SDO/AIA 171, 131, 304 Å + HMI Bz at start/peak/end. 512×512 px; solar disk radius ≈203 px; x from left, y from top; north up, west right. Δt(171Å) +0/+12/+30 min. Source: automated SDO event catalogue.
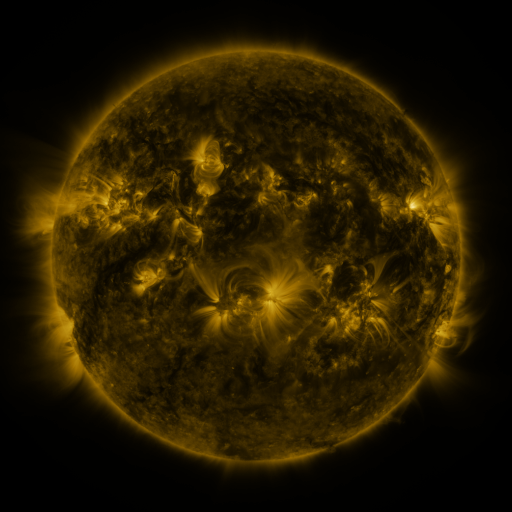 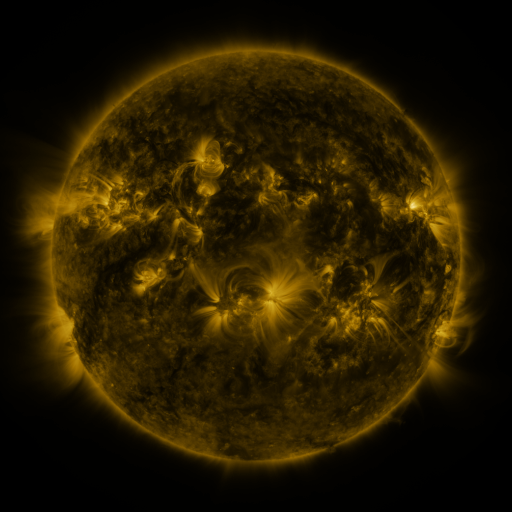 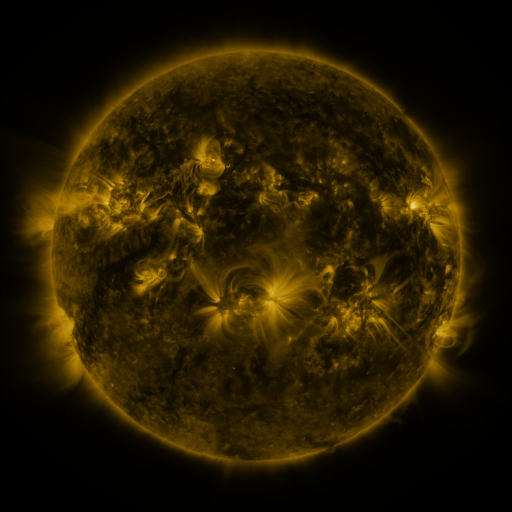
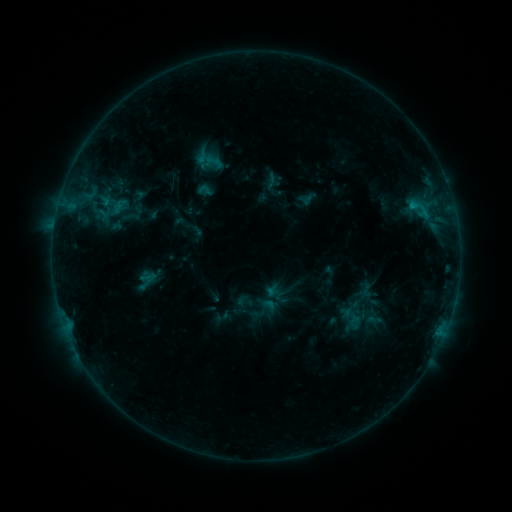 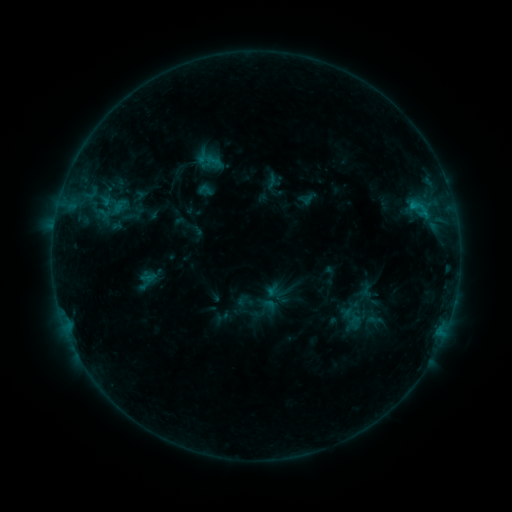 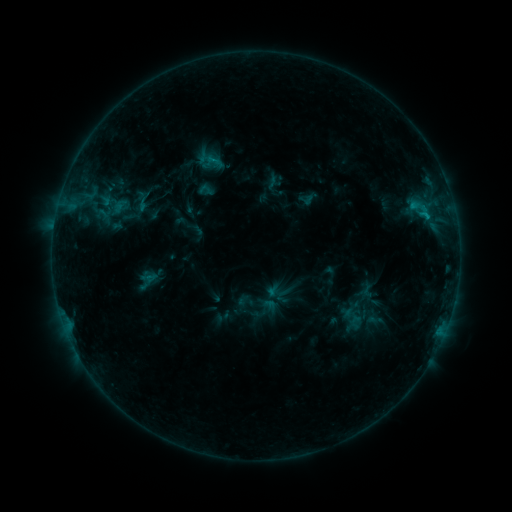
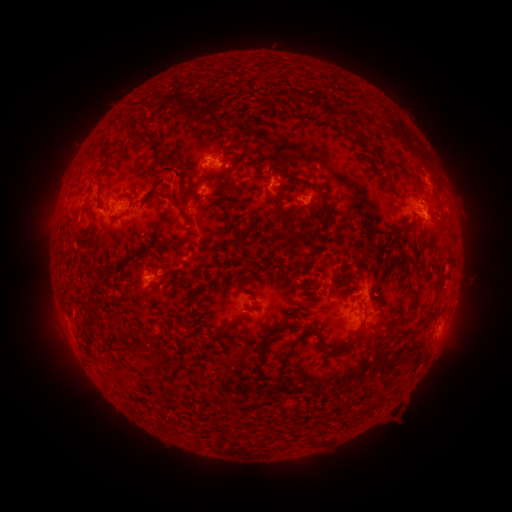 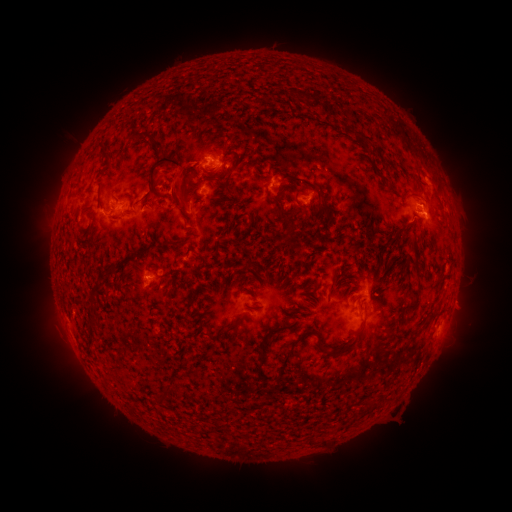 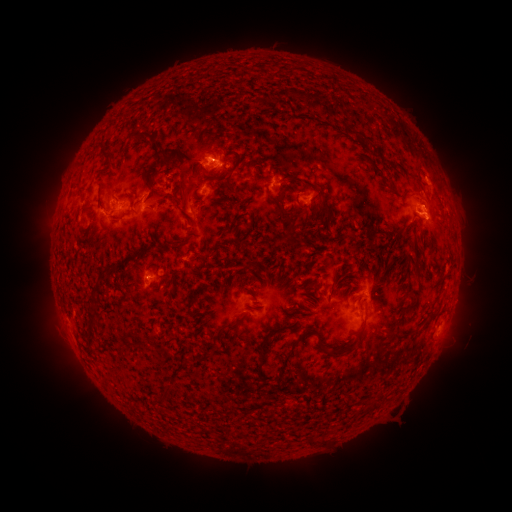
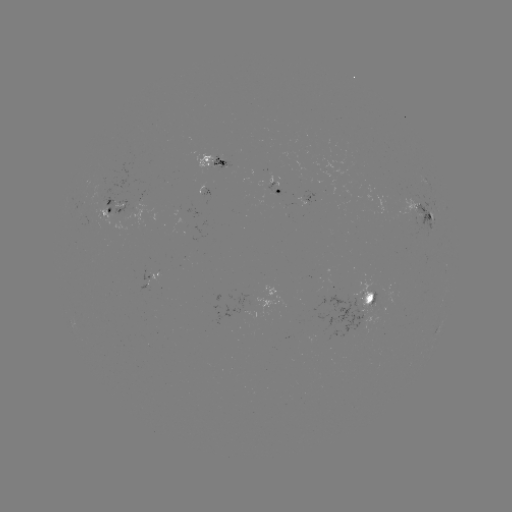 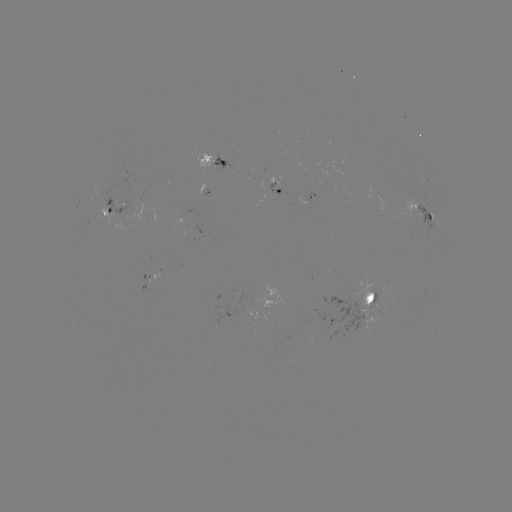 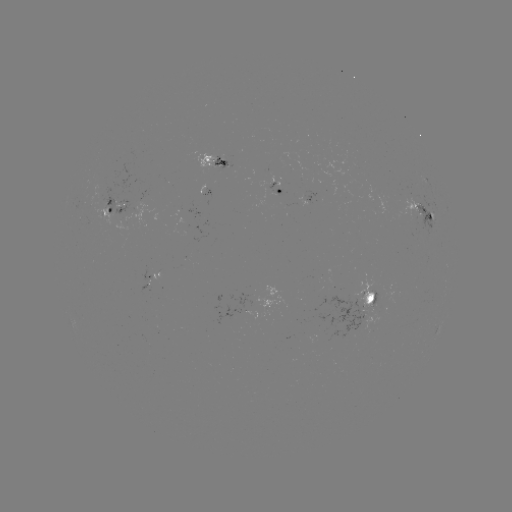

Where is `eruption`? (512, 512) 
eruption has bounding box [134, 142, 205, 201].